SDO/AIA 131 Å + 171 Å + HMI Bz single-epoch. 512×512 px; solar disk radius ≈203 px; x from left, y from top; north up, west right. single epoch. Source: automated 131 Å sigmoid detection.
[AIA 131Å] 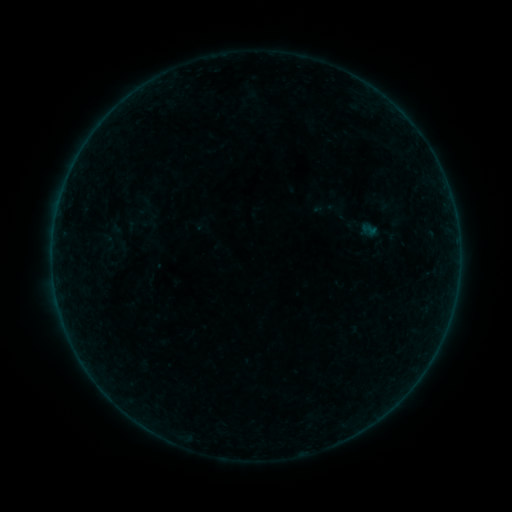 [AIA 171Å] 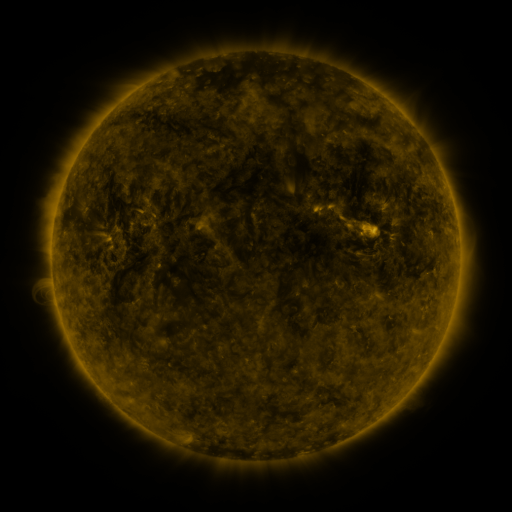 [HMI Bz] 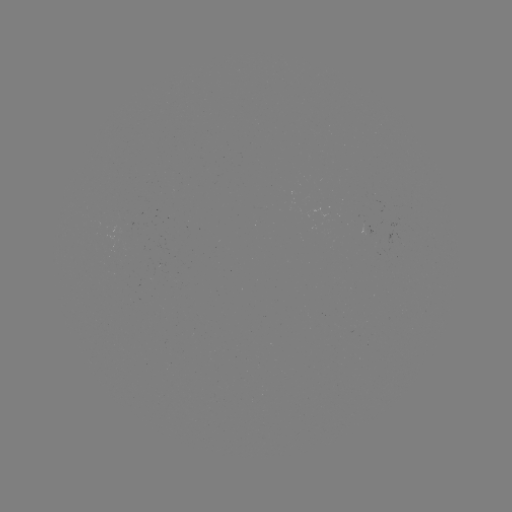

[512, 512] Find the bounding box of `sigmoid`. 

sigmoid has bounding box [310, 194, 340, 219].